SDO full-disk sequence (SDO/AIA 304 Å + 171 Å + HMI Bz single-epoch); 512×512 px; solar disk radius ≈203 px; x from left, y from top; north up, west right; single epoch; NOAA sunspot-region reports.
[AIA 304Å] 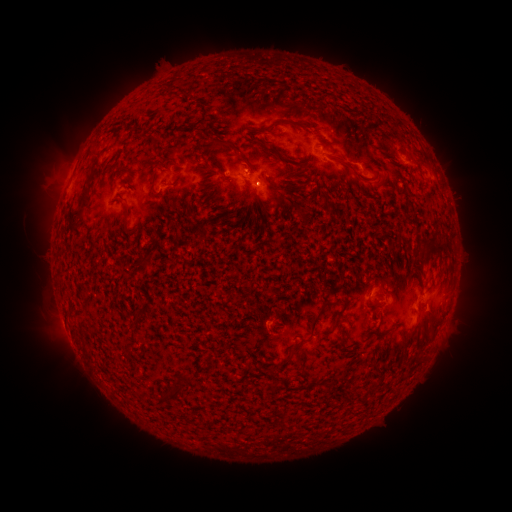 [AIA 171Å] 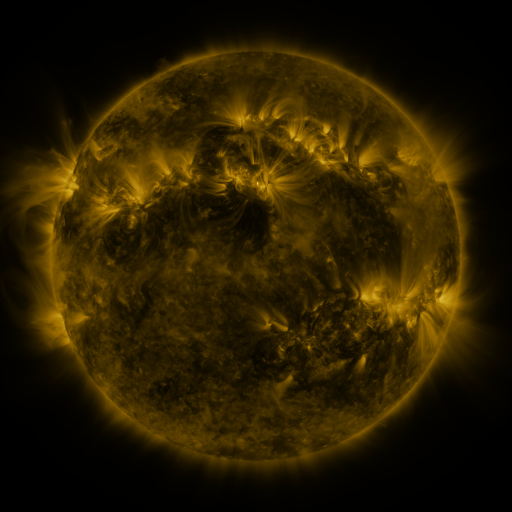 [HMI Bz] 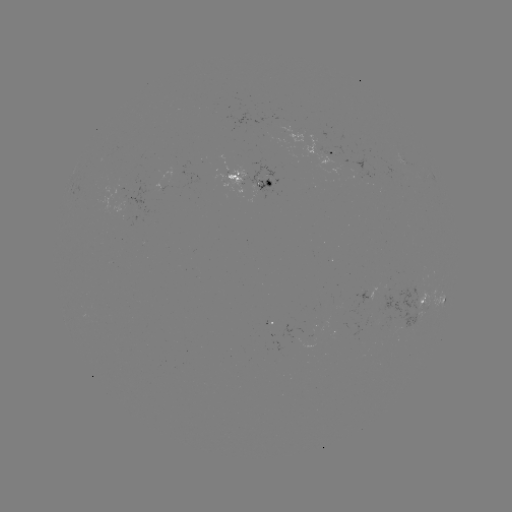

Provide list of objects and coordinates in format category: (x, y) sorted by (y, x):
spotted active region: (334, 151)
spotted active region: (252, 174)
spotted active region: (160, 183)
spotted active region: (434, 298)
